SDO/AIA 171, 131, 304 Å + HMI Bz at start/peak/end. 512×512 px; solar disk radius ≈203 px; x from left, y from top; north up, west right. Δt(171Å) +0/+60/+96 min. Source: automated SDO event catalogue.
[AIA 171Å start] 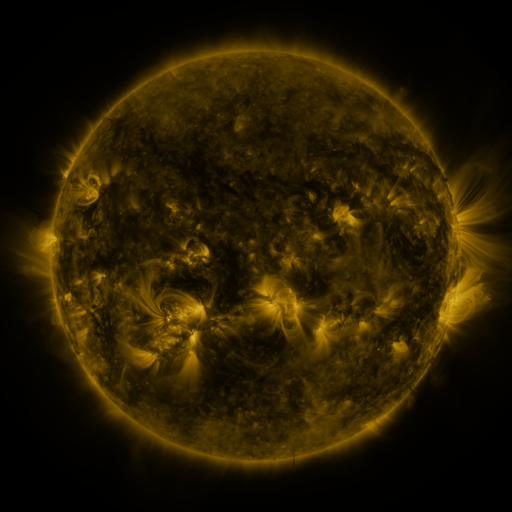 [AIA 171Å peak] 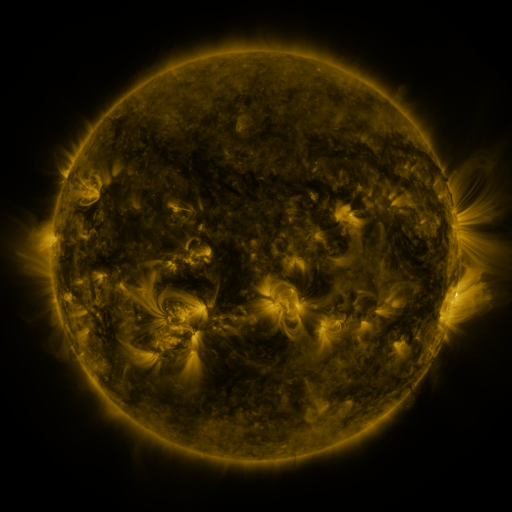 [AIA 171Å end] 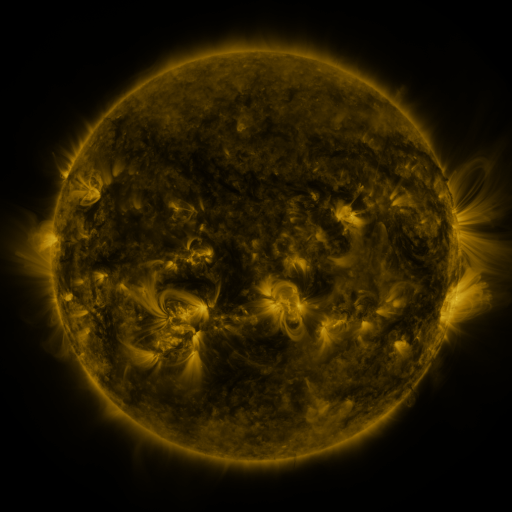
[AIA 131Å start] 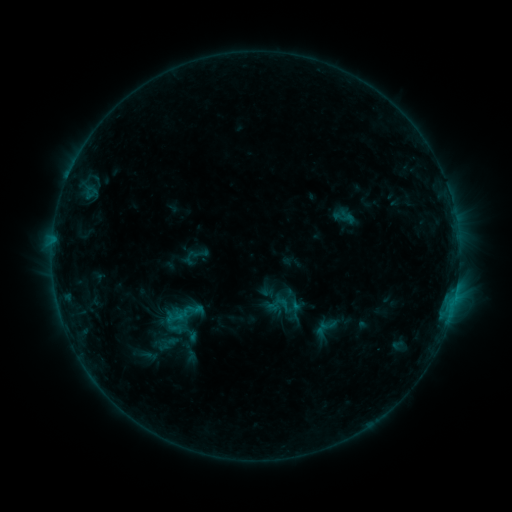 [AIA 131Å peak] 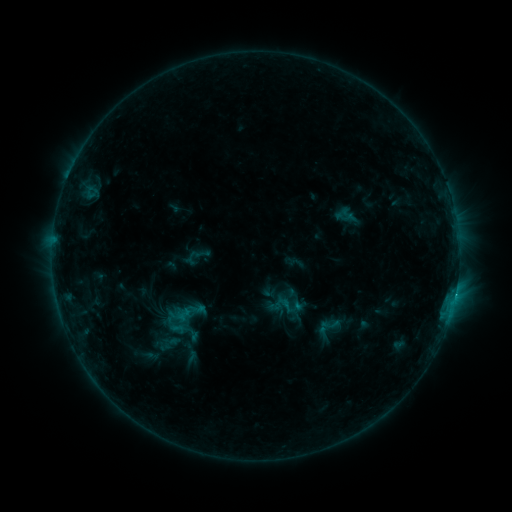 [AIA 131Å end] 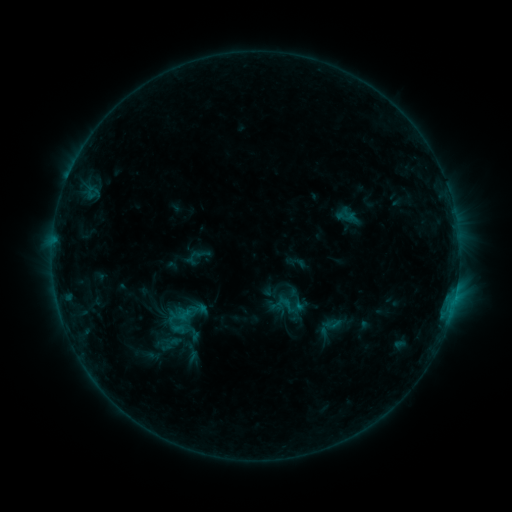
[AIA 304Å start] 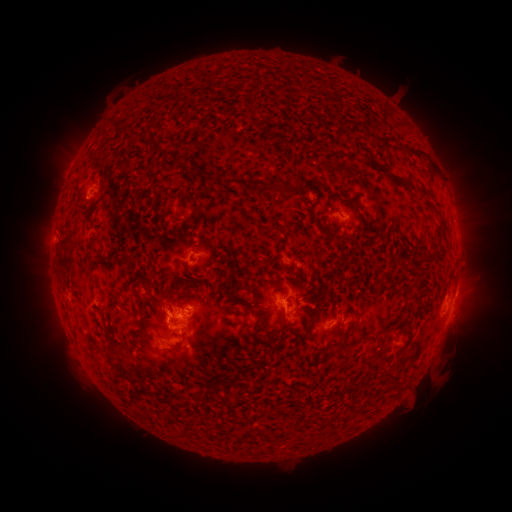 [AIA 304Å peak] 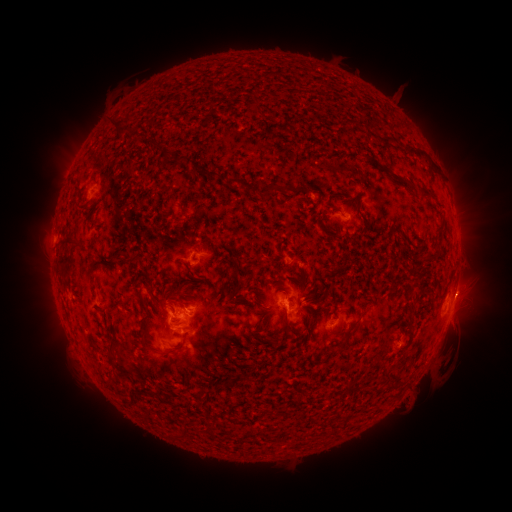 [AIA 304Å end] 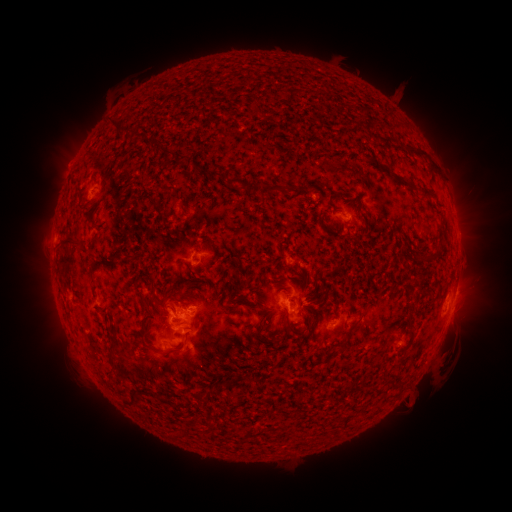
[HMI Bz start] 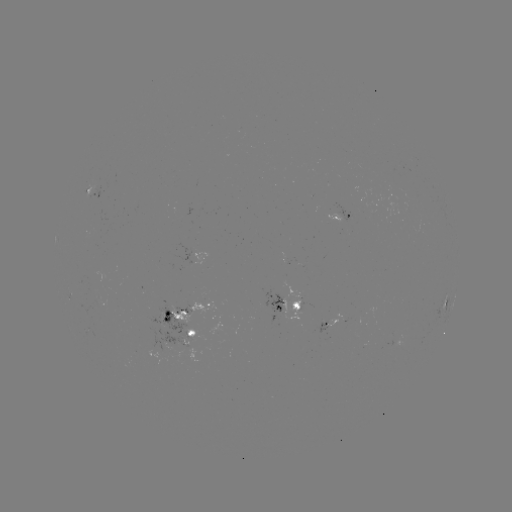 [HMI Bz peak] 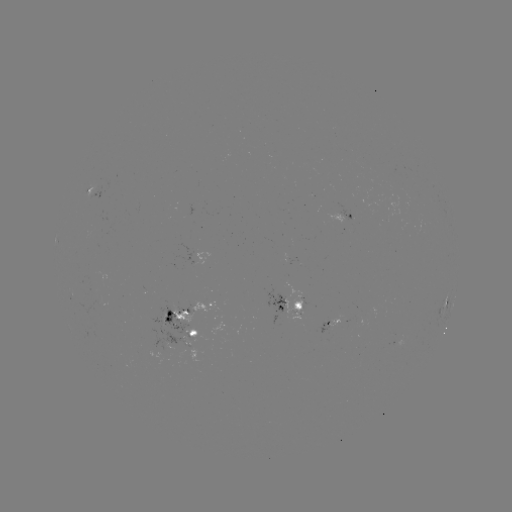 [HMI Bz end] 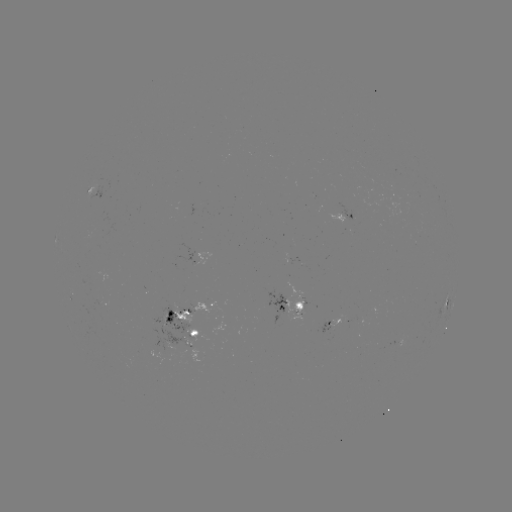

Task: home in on emerging-flux region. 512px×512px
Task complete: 186,310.